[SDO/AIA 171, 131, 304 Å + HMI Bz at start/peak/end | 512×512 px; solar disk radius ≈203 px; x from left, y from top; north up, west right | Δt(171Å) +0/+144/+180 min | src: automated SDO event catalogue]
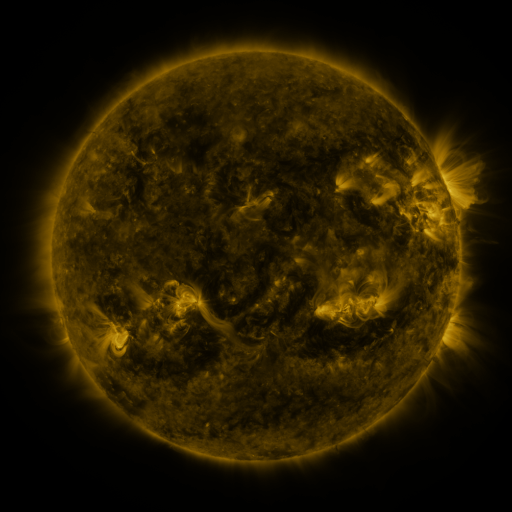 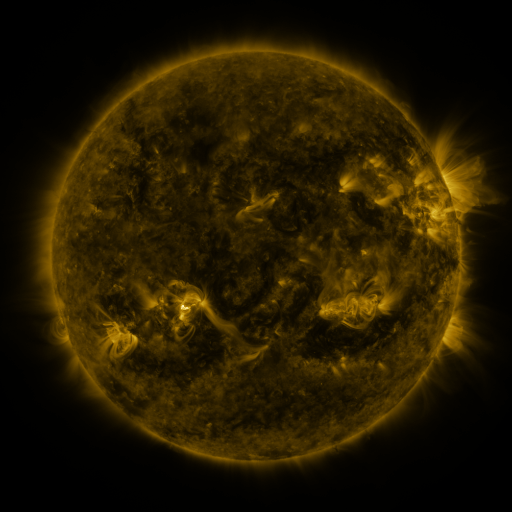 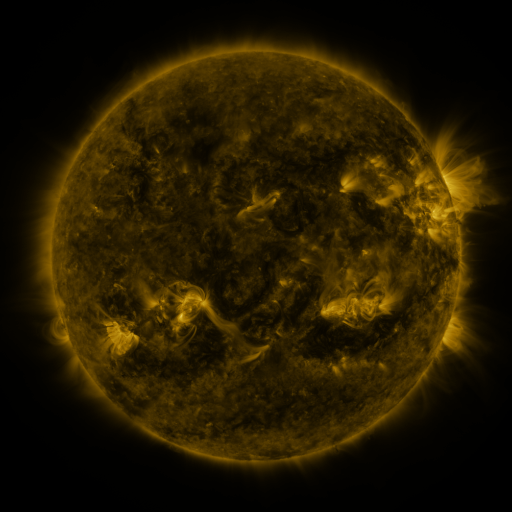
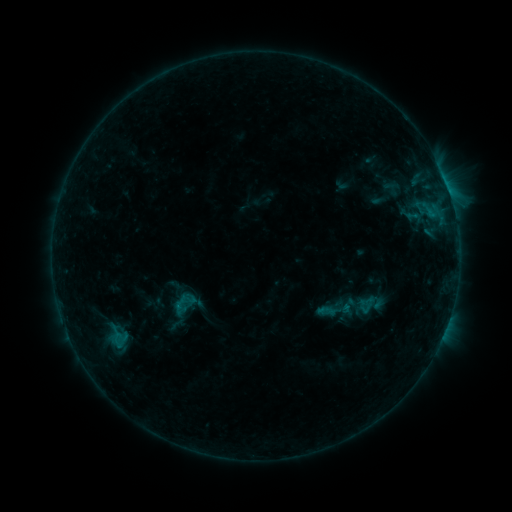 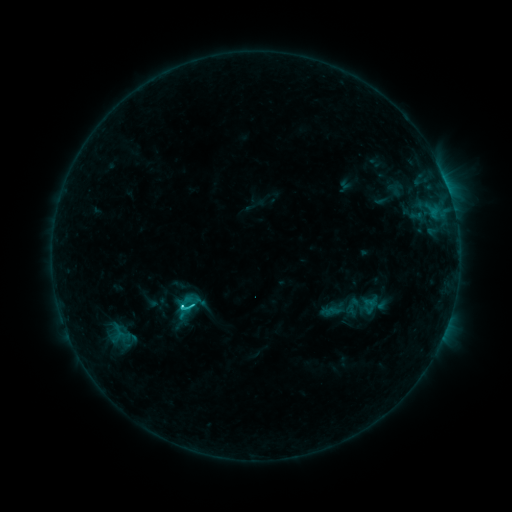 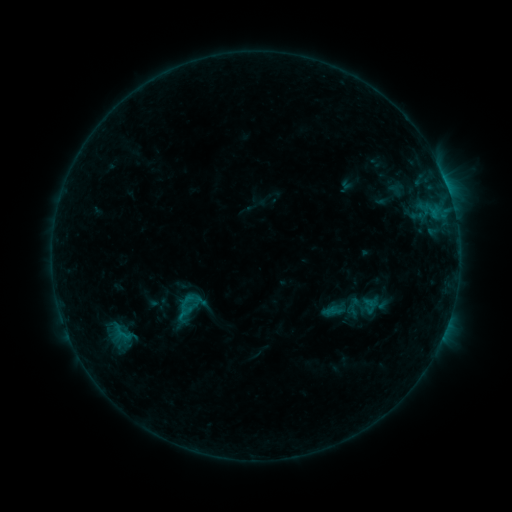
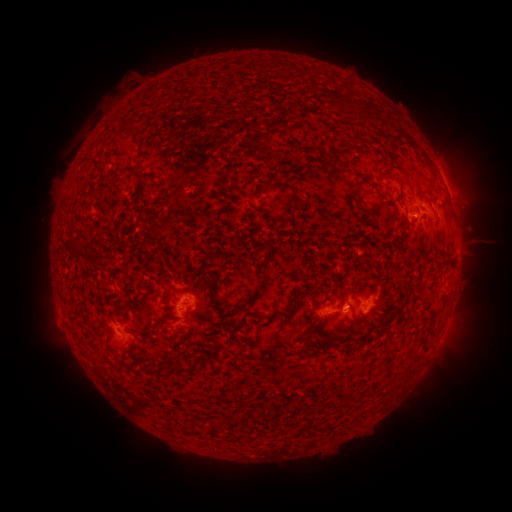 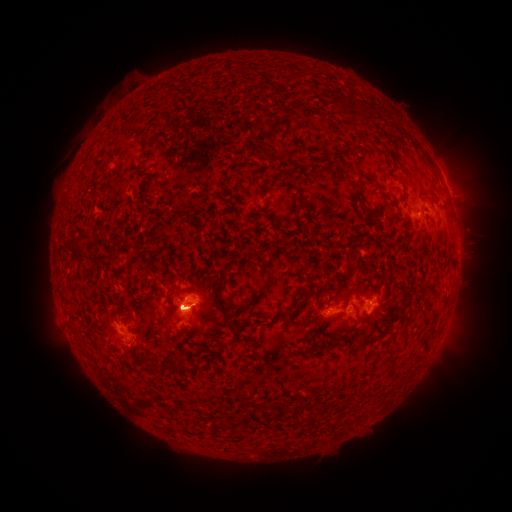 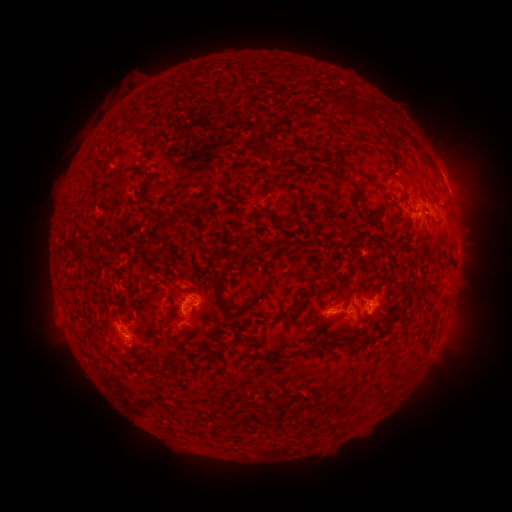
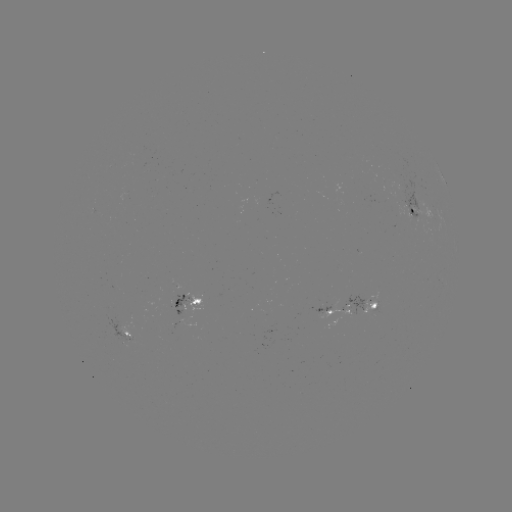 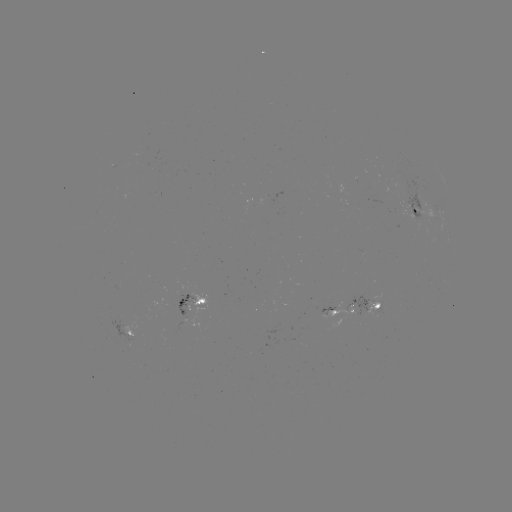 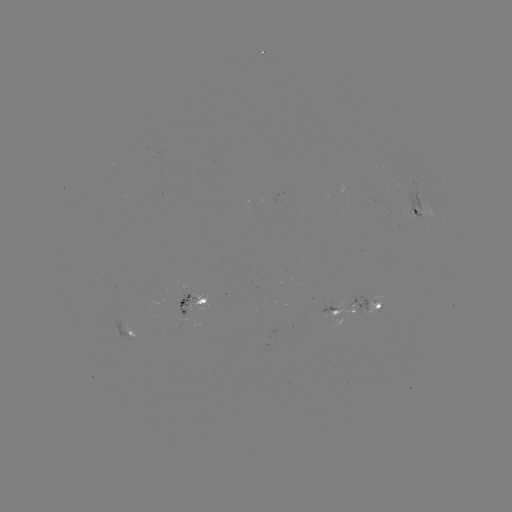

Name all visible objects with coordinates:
emerging-flux region: (374, 303)
